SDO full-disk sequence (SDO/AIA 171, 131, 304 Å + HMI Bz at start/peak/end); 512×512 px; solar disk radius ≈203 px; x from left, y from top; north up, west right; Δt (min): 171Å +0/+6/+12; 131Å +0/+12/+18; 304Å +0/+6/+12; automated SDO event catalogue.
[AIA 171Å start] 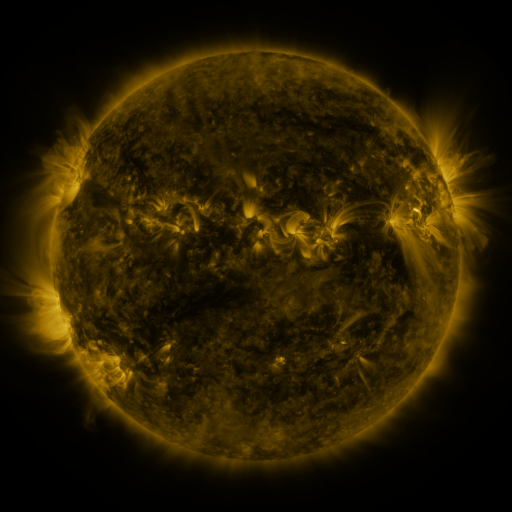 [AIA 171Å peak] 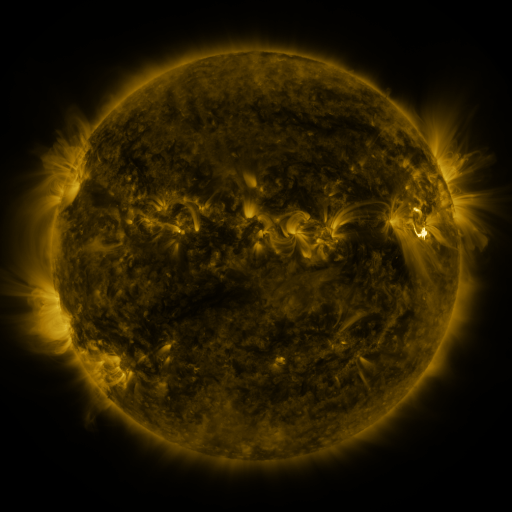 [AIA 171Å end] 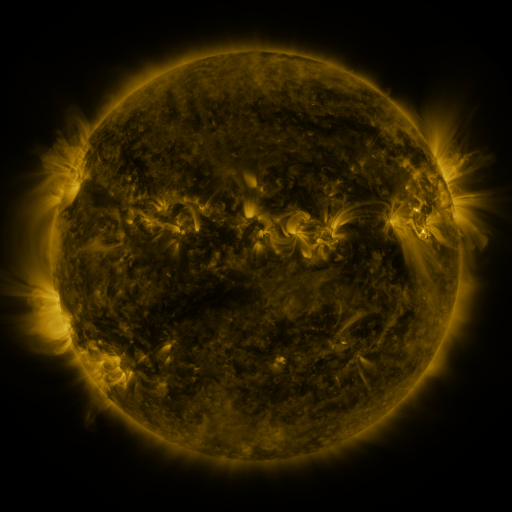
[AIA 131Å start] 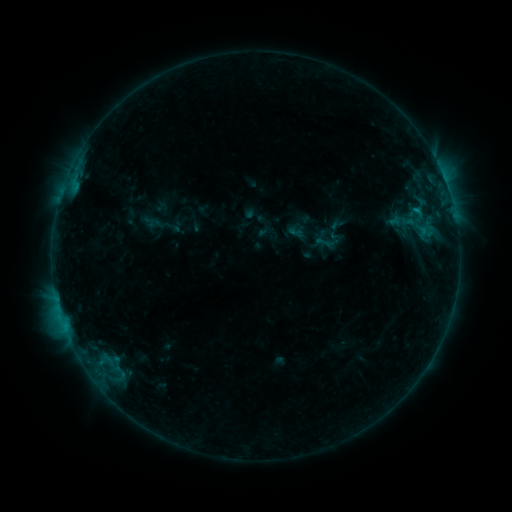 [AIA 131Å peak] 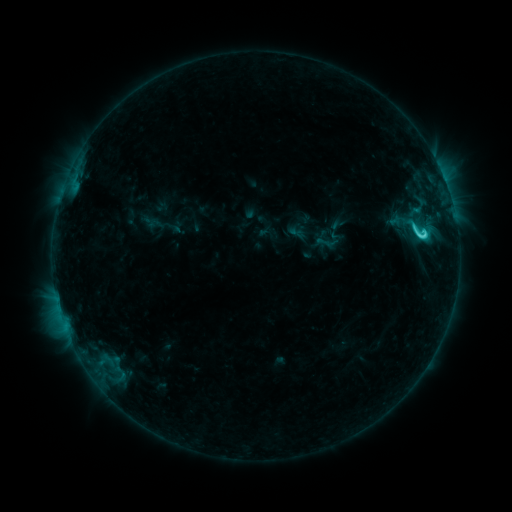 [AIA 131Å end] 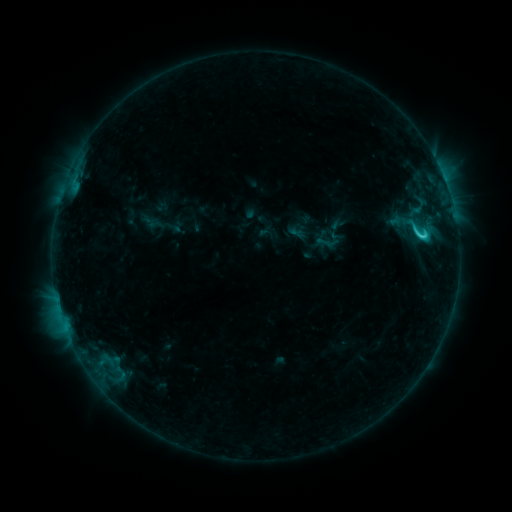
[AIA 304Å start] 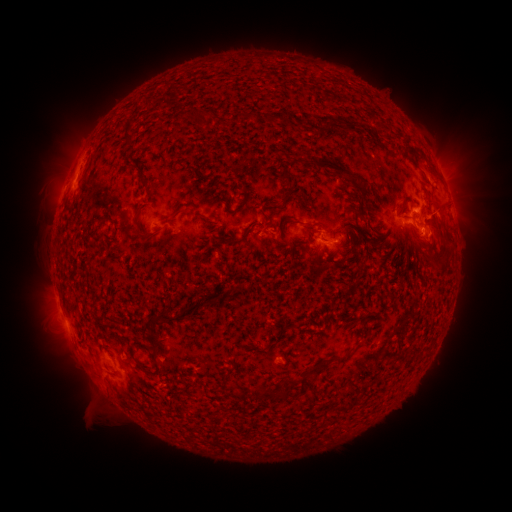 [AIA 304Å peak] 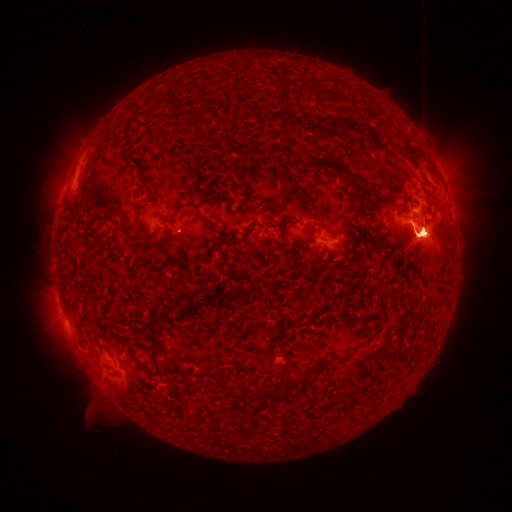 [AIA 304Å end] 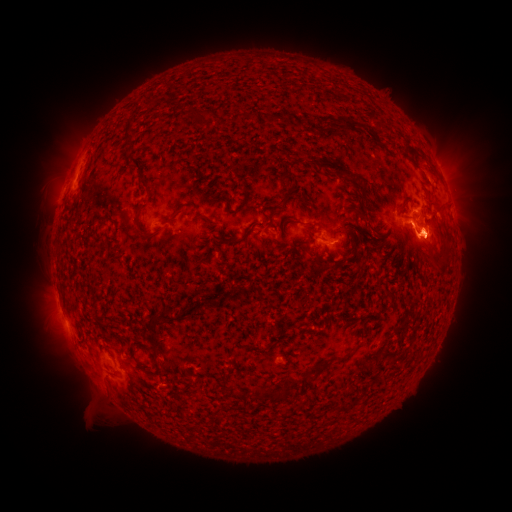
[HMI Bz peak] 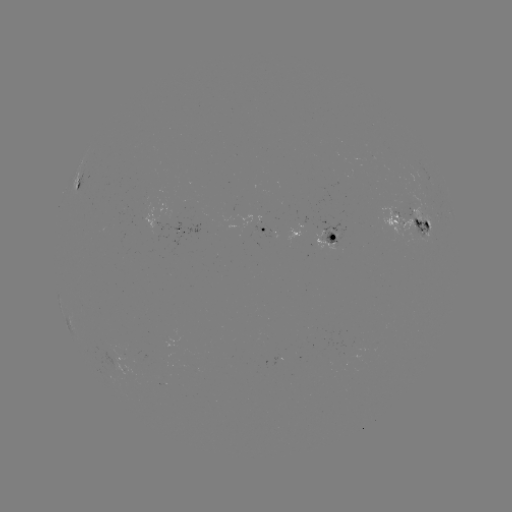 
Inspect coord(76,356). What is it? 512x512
eruption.